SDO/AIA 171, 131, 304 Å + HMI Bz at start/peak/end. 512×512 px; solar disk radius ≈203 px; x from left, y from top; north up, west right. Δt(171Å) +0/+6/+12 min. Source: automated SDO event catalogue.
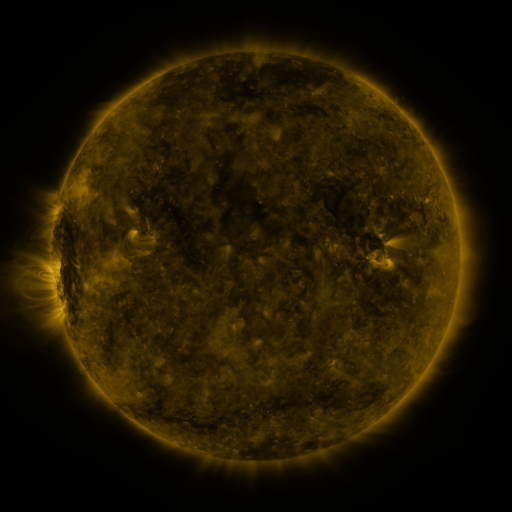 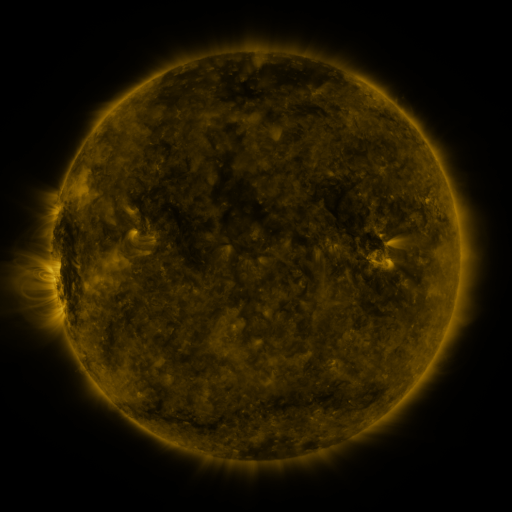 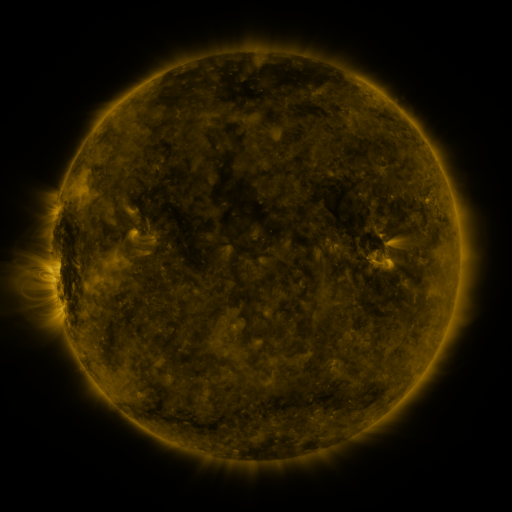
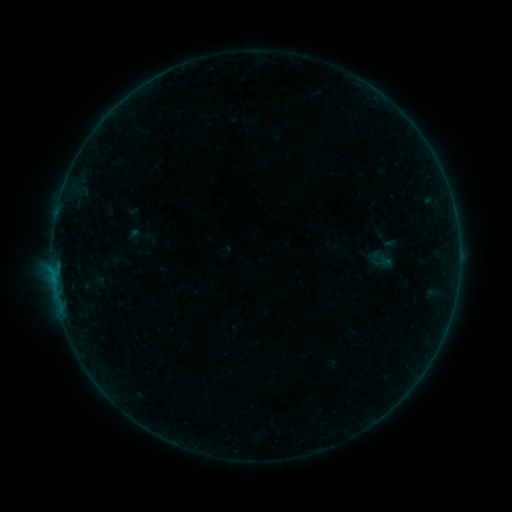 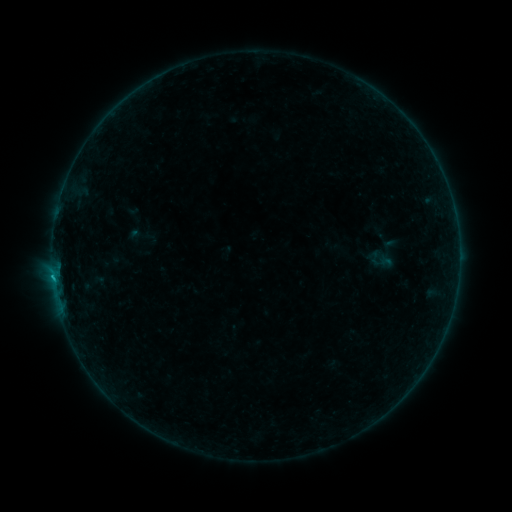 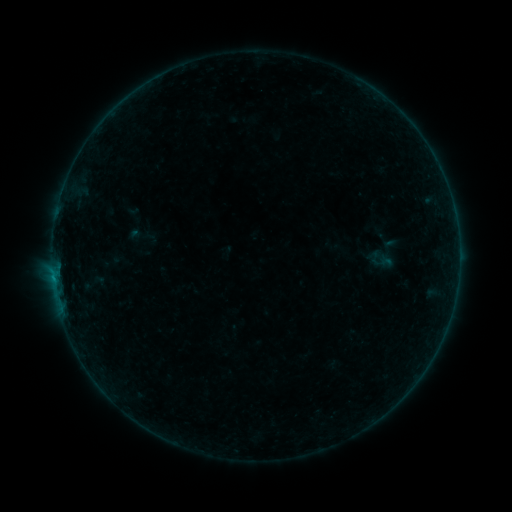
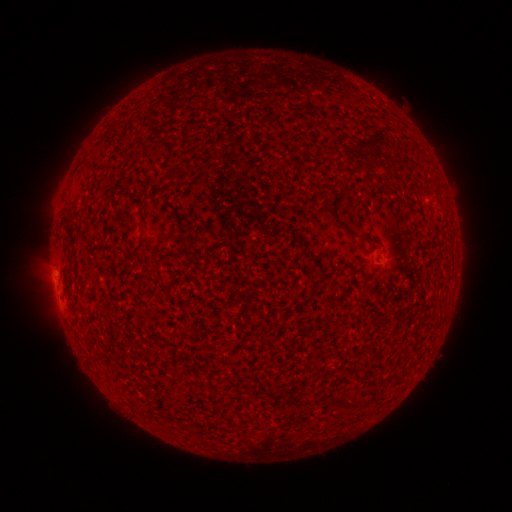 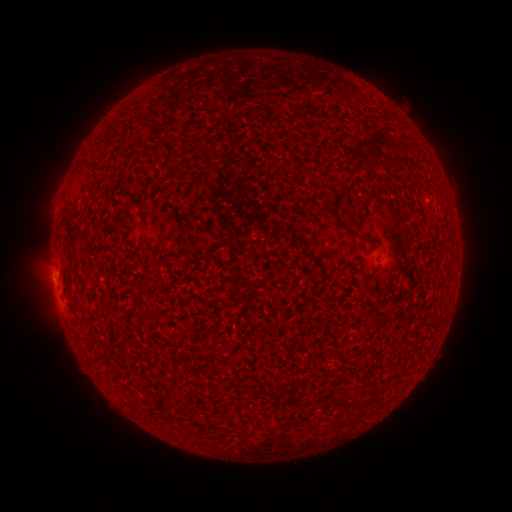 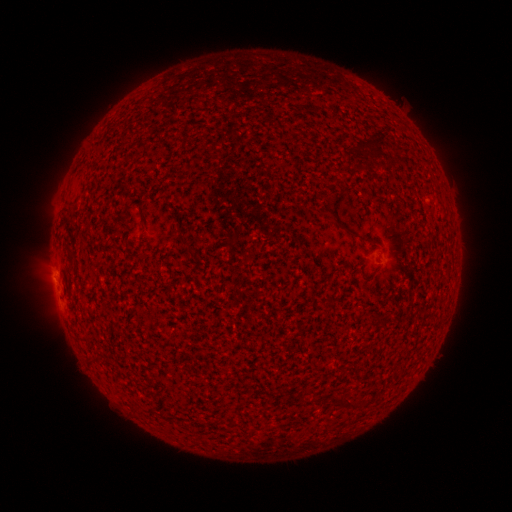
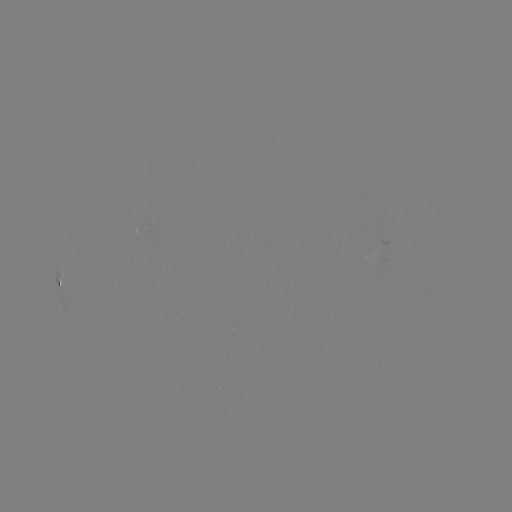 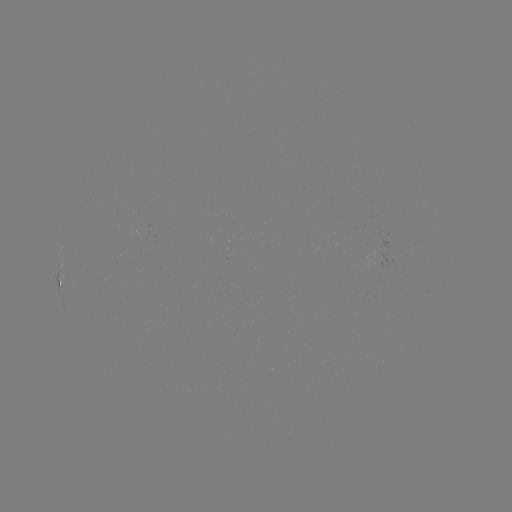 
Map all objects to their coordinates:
B2.8 flare: (53, 277)
